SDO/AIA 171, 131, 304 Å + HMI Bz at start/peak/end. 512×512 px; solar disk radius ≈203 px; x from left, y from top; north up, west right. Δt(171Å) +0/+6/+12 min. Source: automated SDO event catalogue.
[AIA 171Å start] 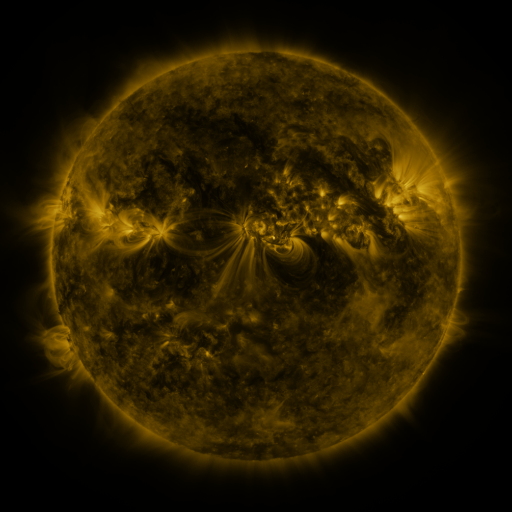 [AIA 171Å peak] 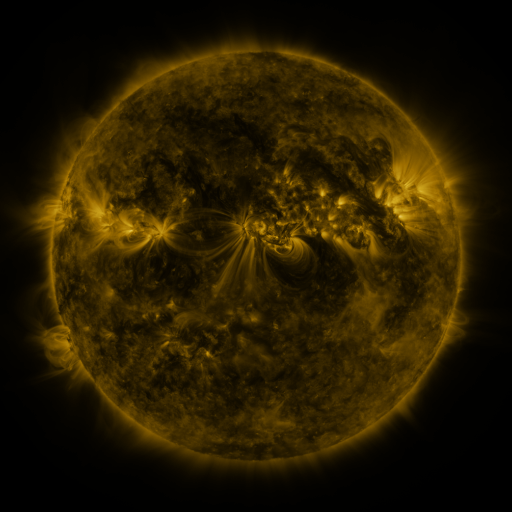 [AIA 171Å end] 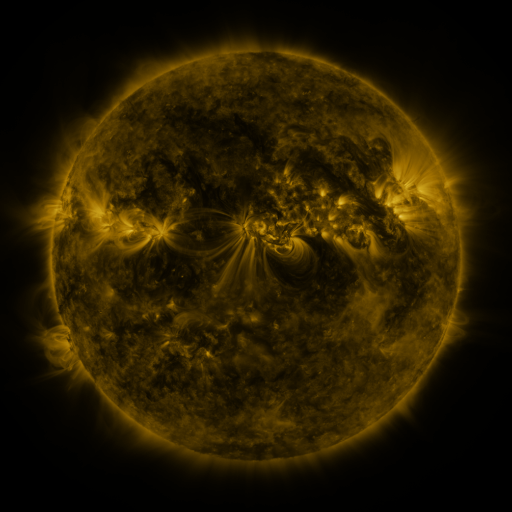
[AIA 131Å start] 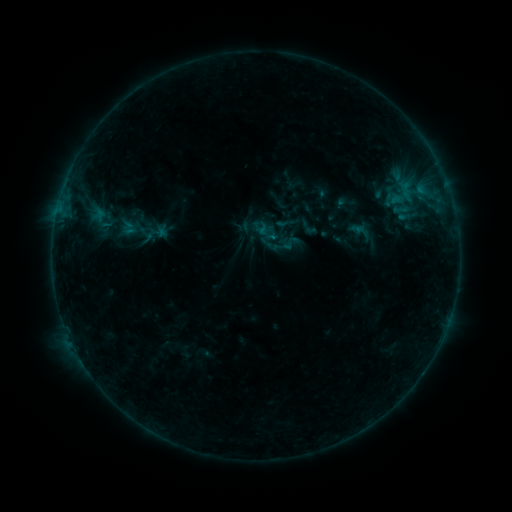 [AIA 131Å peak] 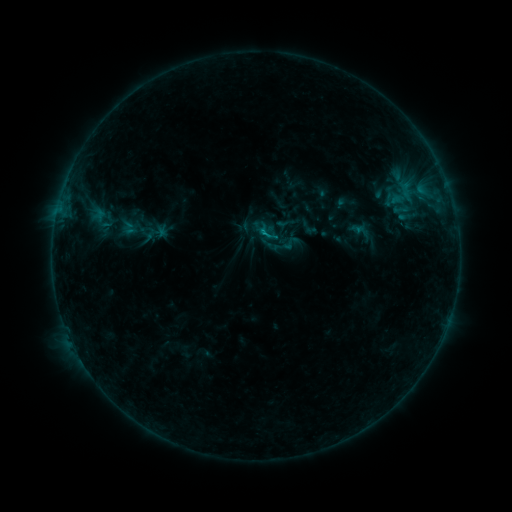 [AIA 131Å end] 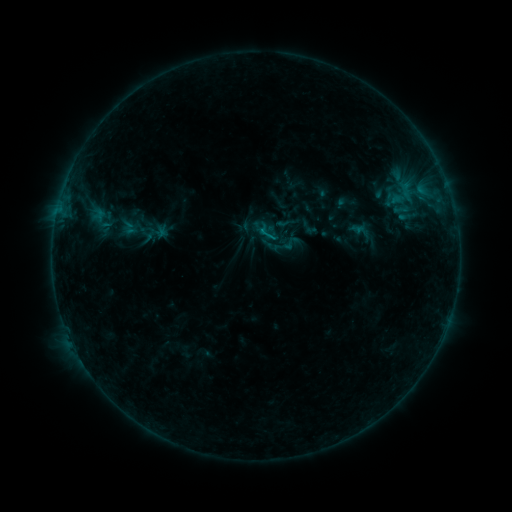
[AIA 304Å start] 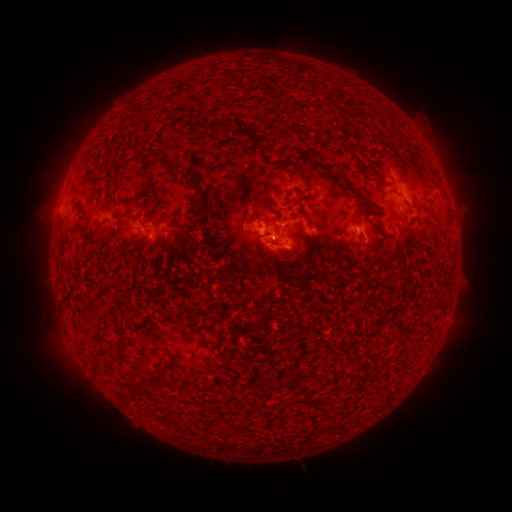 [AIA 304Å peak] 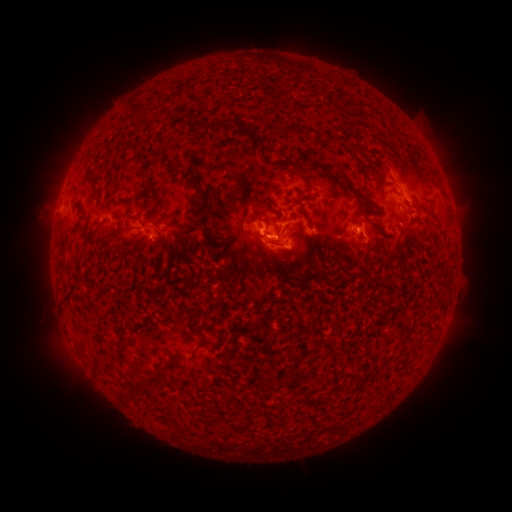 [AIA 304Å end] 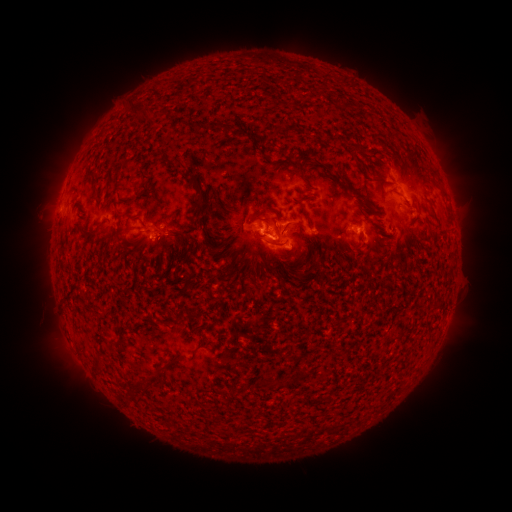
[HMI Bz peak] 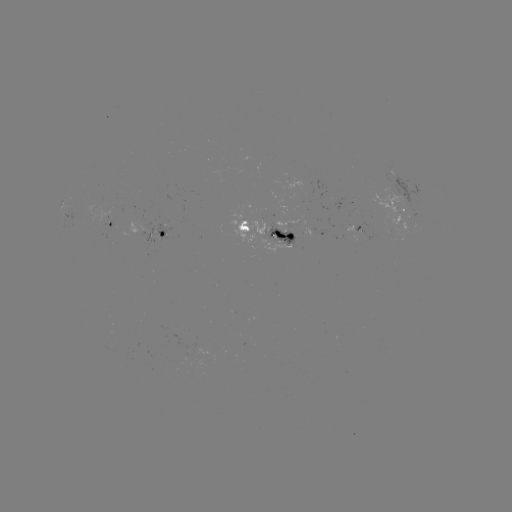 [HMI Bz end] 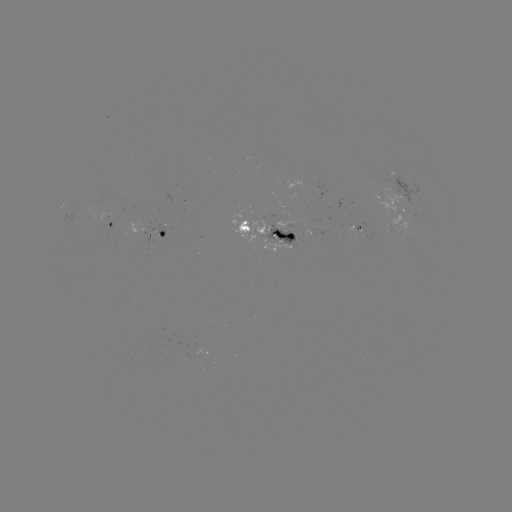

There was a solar flare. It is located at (262, 234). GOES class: B7.7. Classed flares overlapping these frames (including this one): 1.